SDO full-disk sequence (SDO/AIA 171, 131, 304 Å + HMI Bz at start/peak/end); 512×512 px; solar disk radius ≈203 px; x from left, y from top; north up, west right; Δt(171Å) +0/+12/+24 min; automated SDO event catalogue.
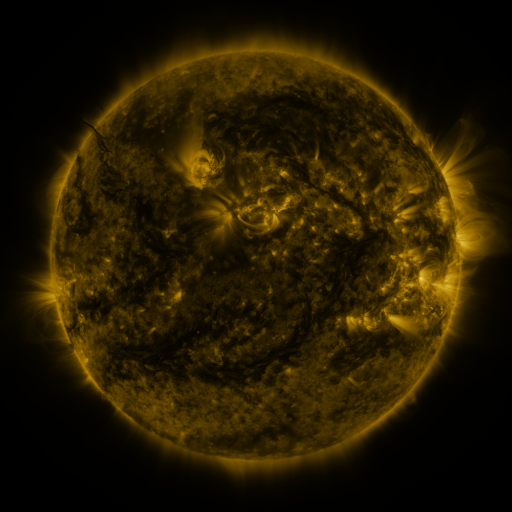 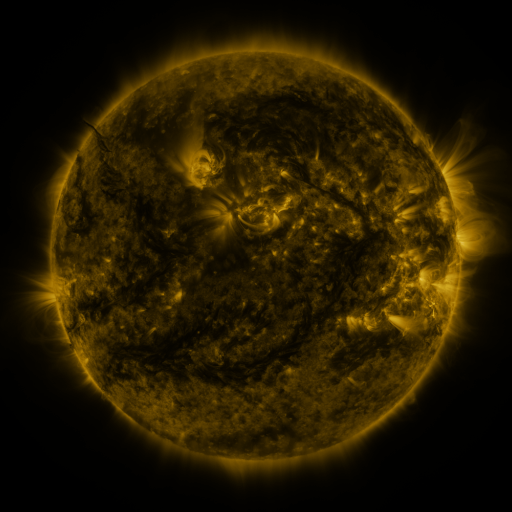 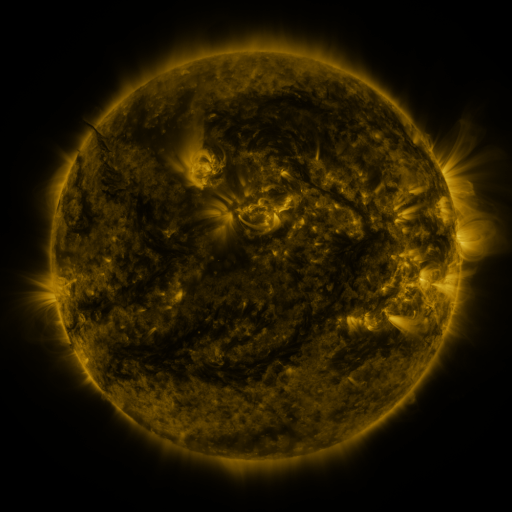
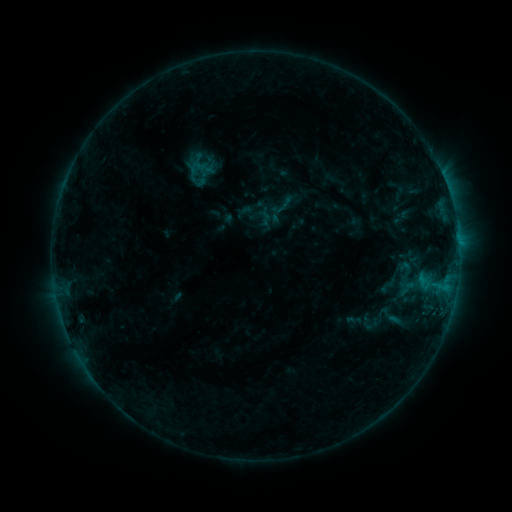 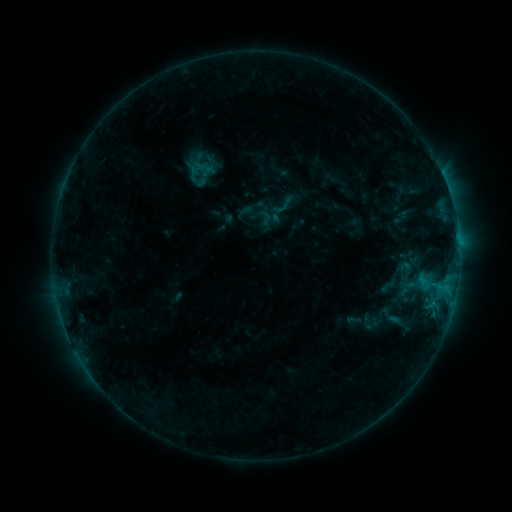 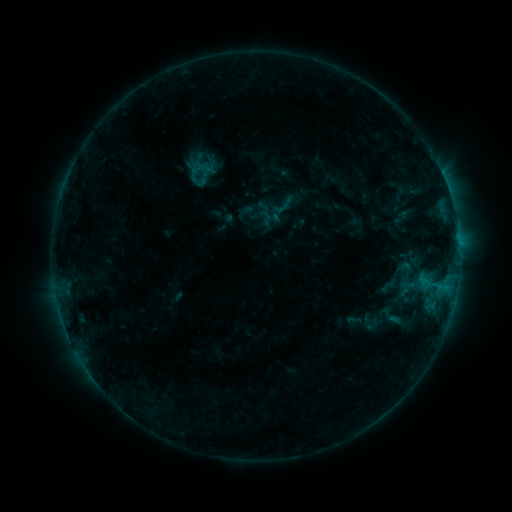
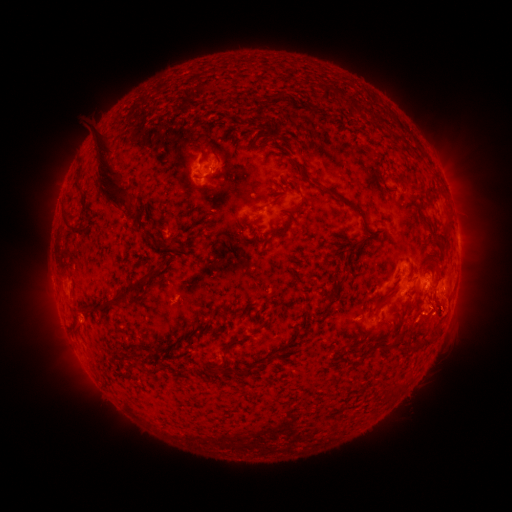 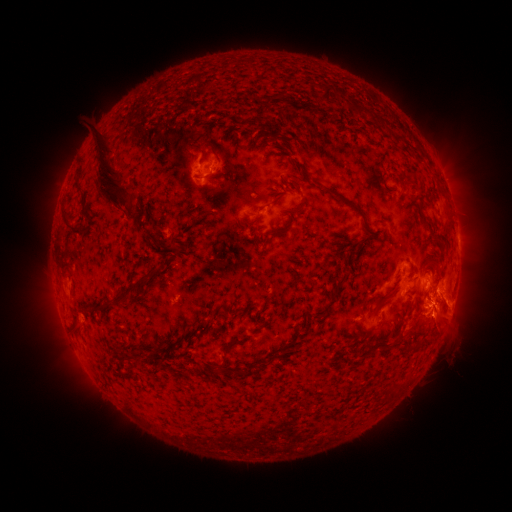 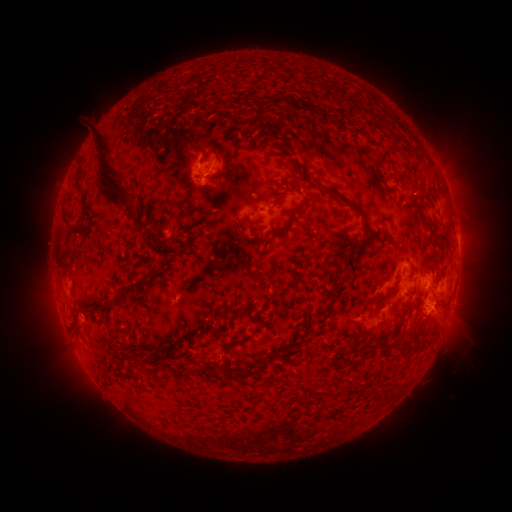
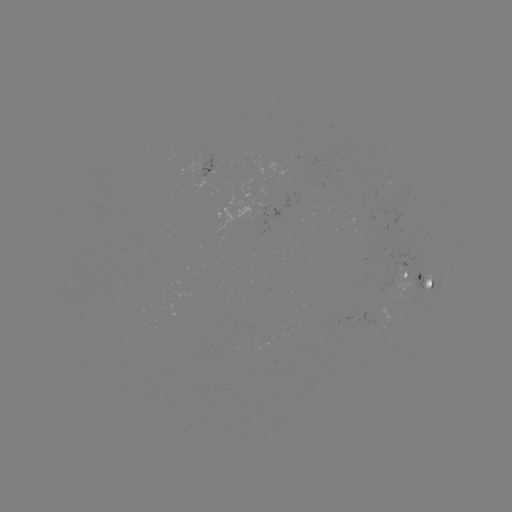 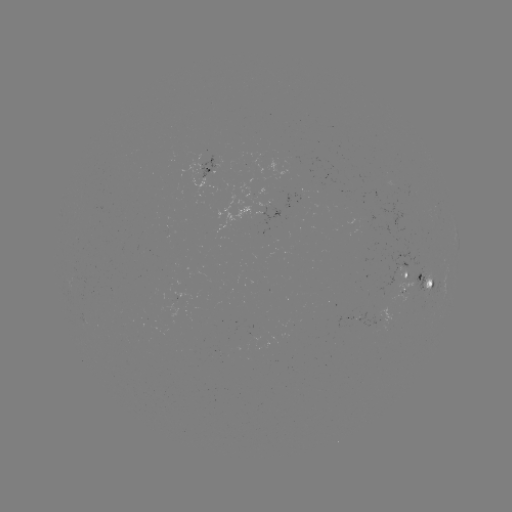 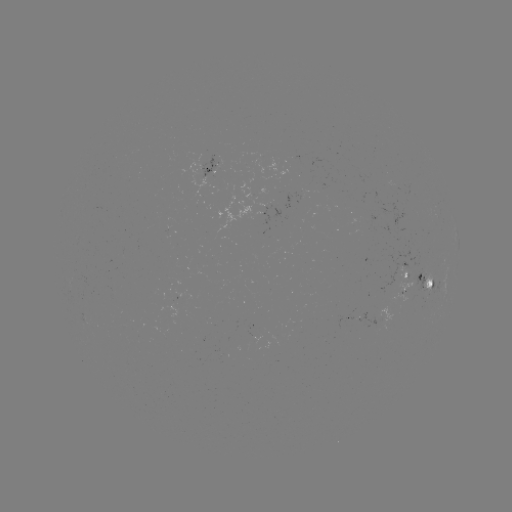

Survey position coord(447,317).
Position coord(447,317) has eruption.